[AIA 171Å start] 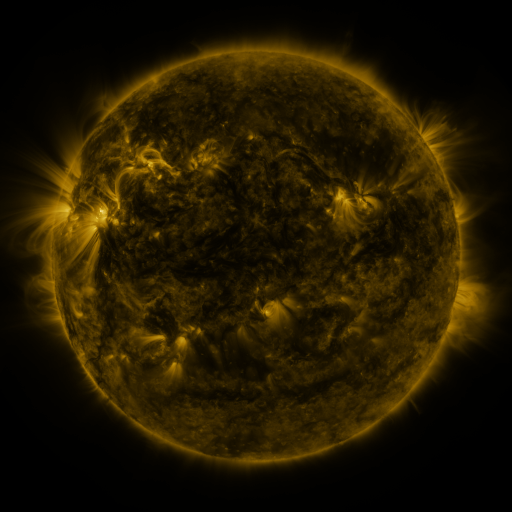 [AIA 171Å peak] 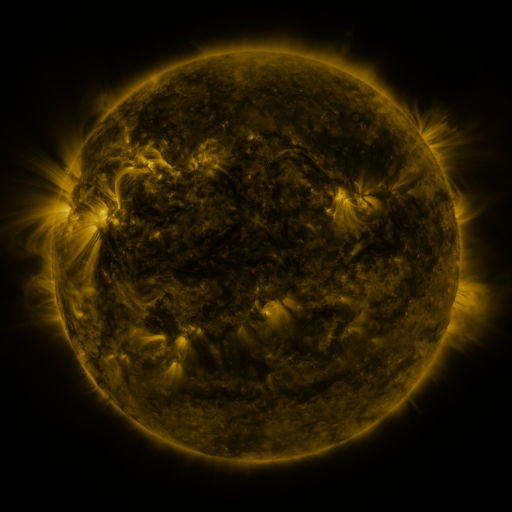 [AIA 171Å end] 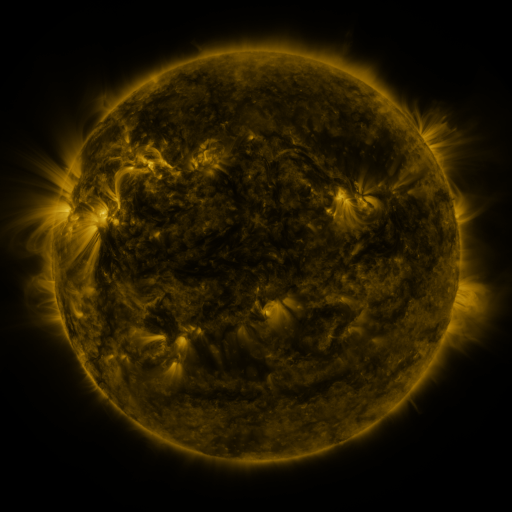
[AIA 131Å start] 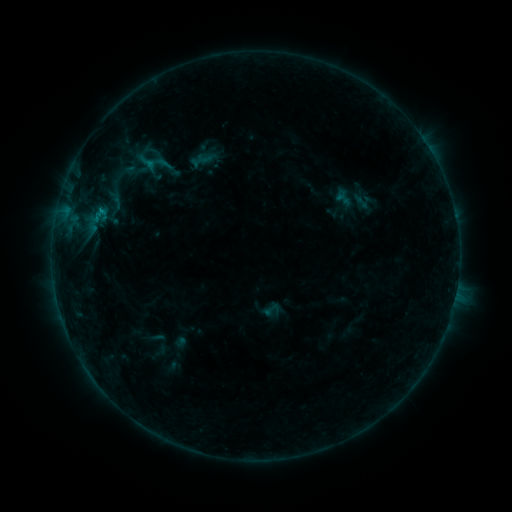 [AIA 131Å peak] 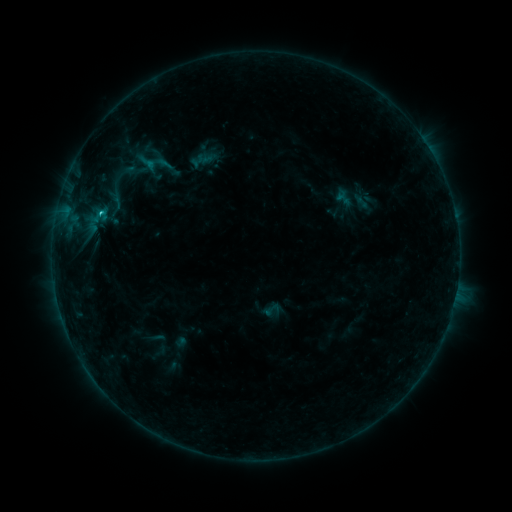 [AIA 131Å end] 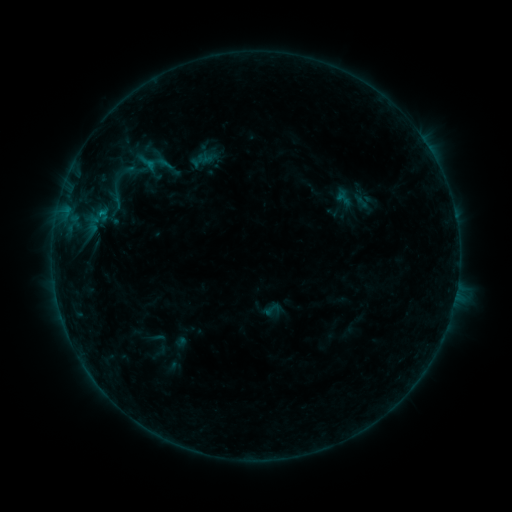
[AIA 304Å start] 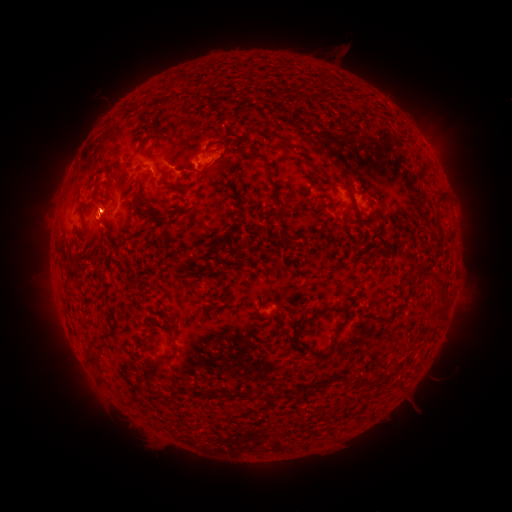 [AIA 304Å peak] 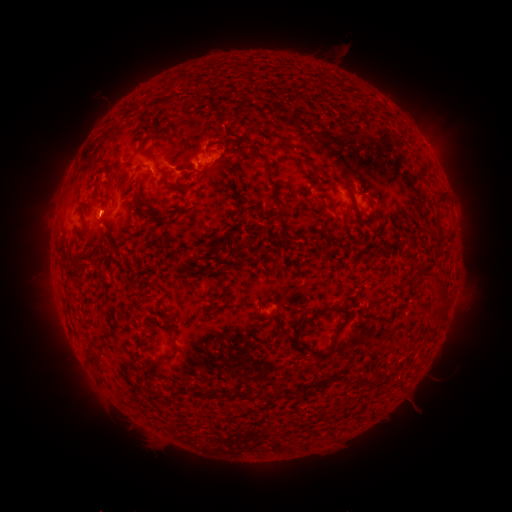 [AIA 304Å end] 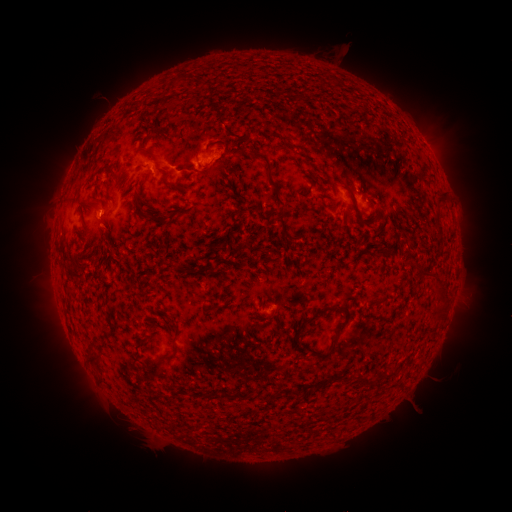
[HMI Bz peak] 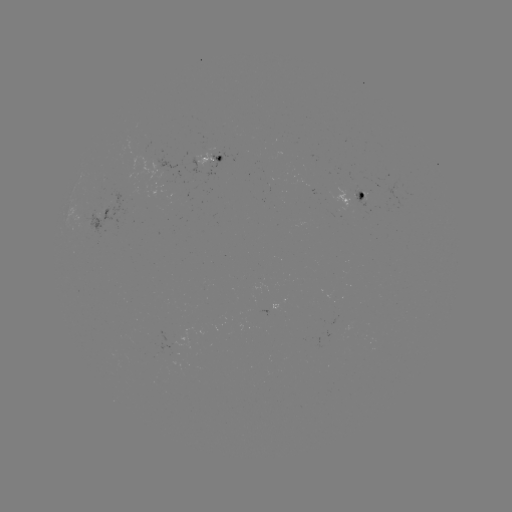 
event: flare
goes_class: C1.0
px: (103, 216)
